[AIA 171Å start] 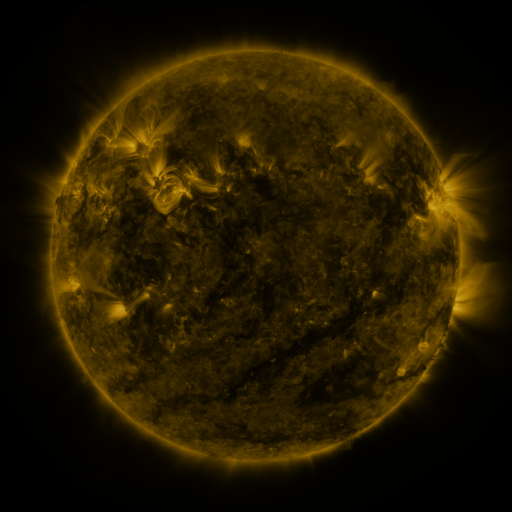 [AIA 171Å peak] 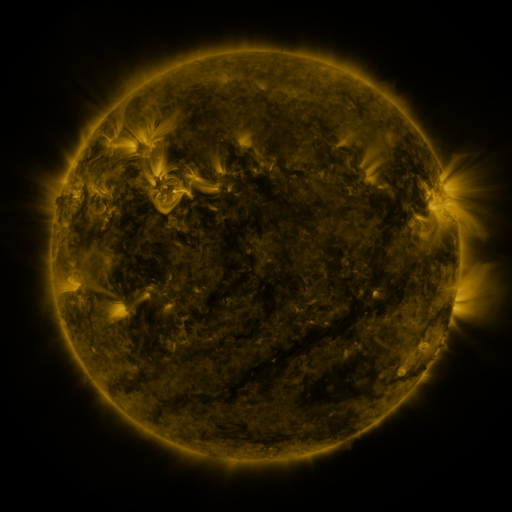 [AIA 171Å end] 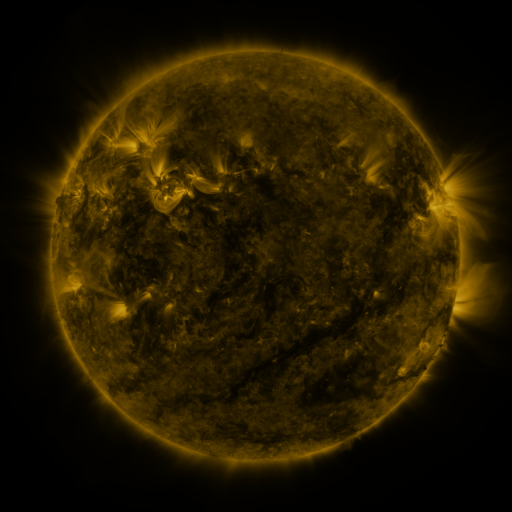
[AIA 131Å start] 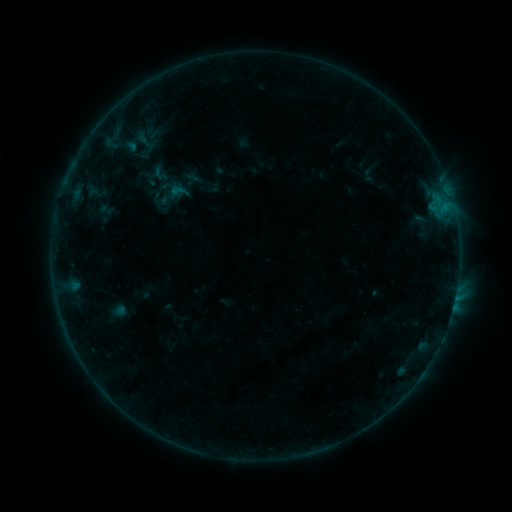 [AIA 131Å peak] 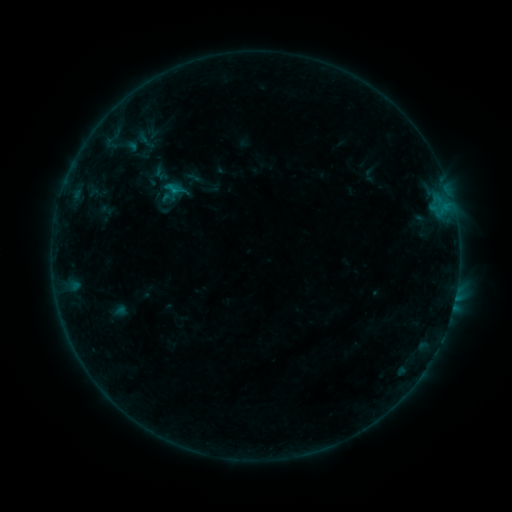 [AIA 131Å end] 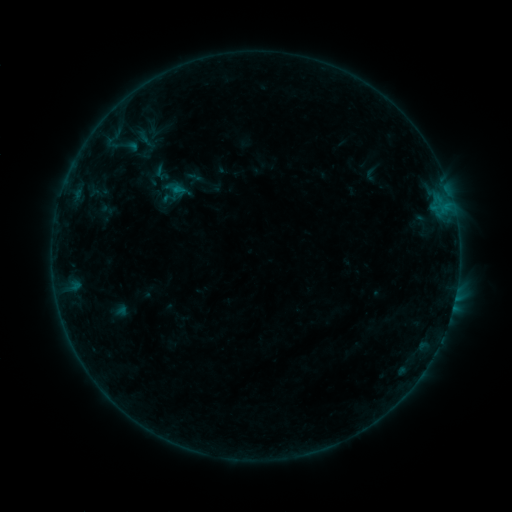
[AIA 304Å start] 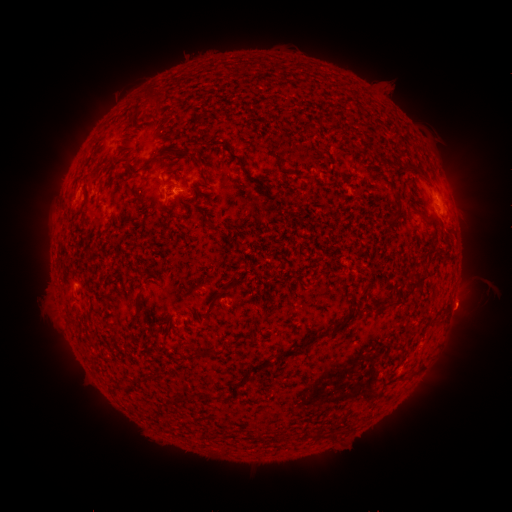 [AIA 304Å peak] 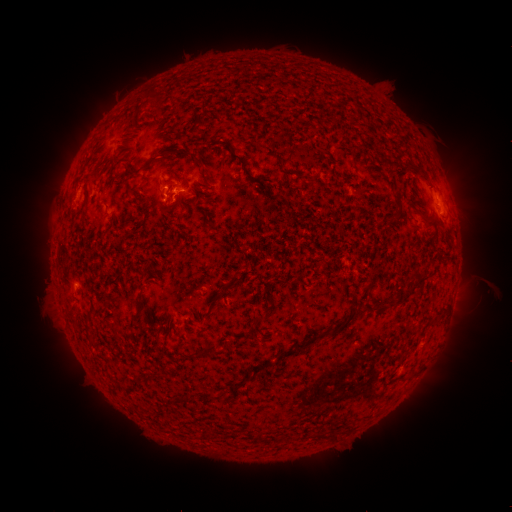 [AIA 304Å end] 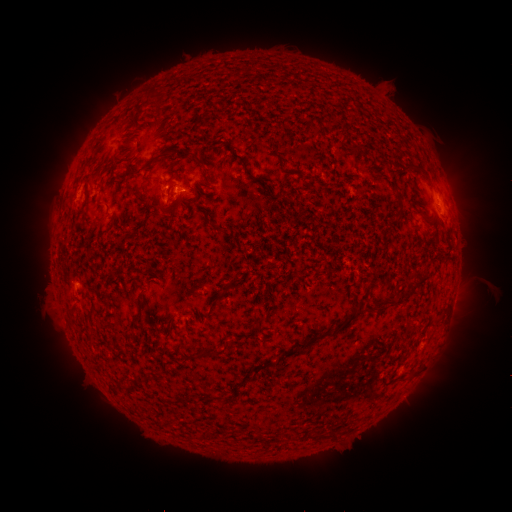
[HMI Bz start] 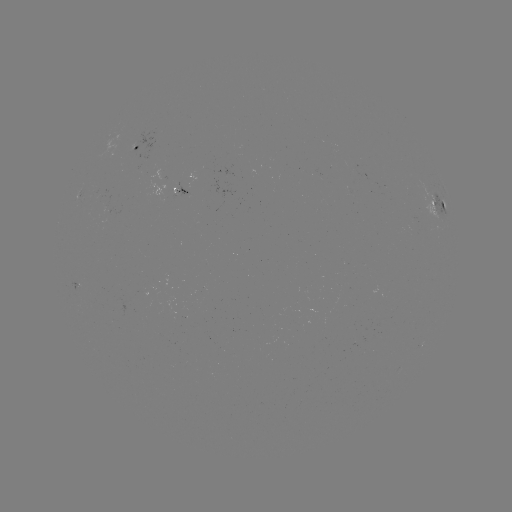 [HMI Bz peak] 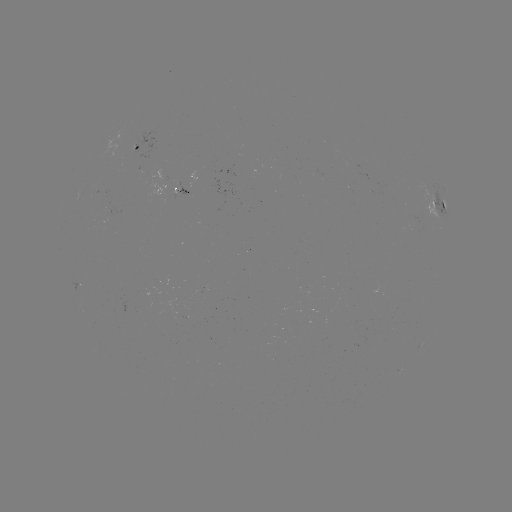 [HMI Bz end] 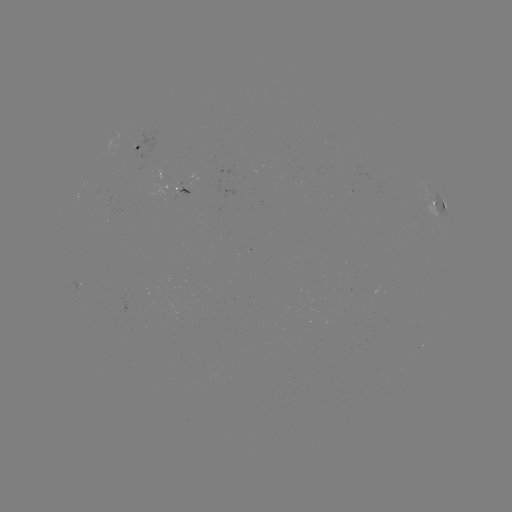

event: flare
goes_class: B5.9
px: (175, 192)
